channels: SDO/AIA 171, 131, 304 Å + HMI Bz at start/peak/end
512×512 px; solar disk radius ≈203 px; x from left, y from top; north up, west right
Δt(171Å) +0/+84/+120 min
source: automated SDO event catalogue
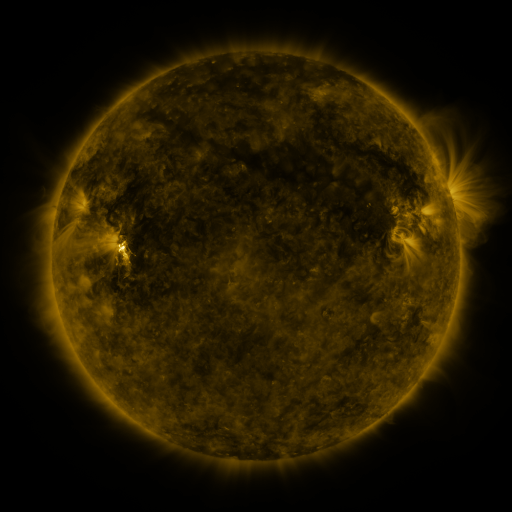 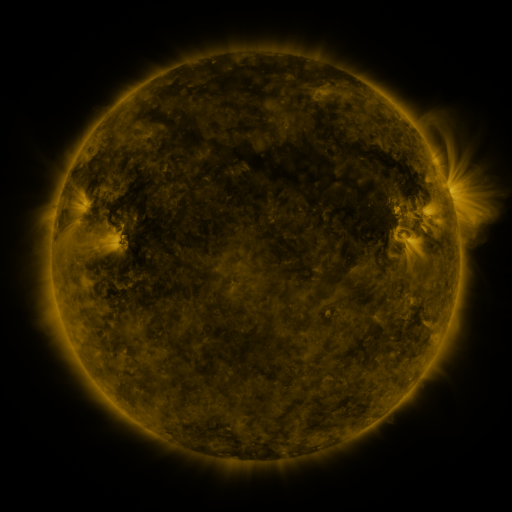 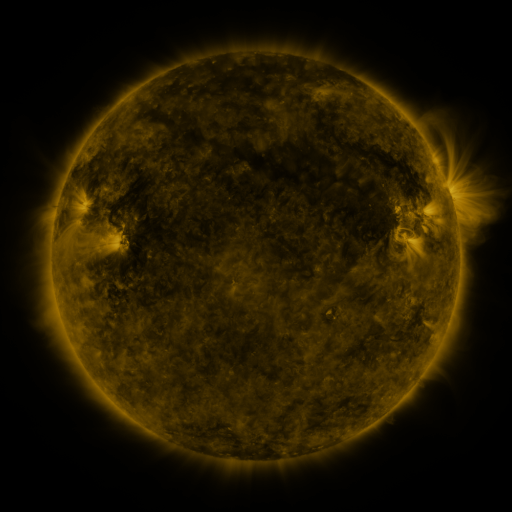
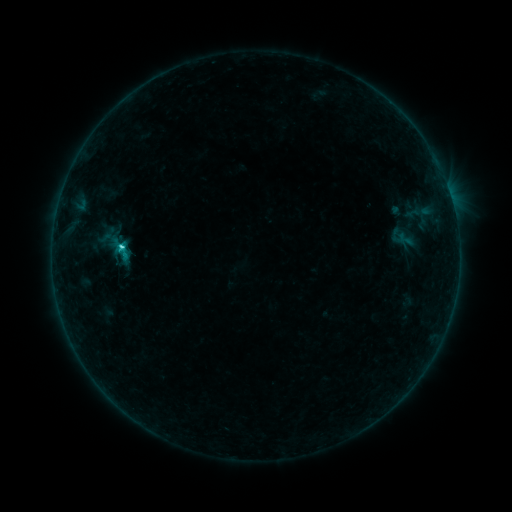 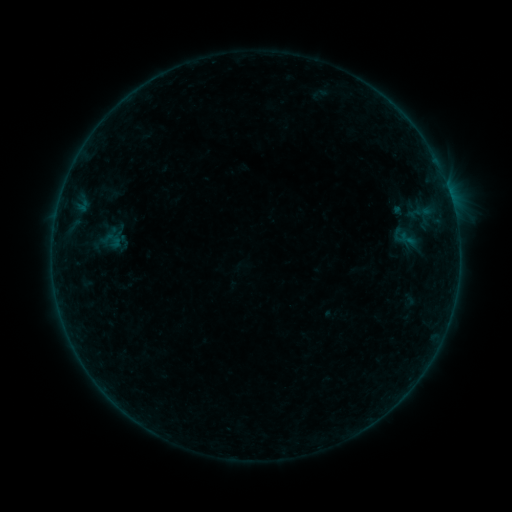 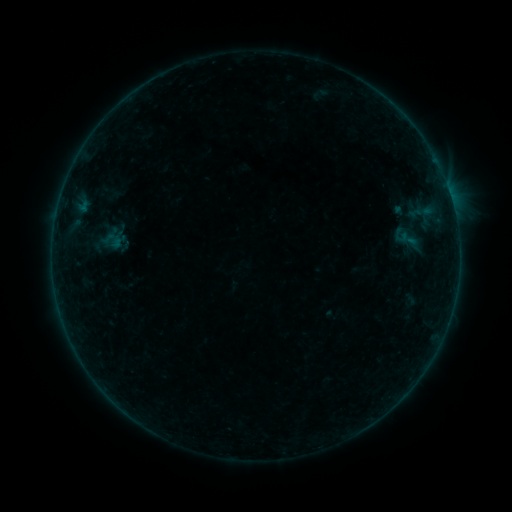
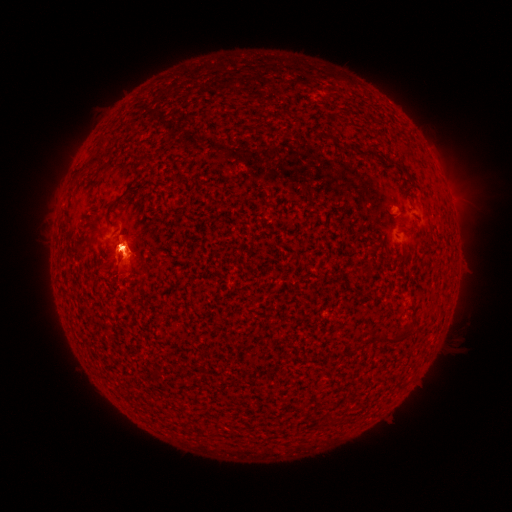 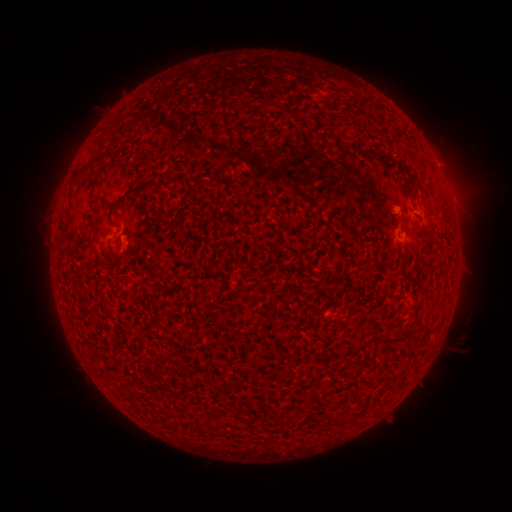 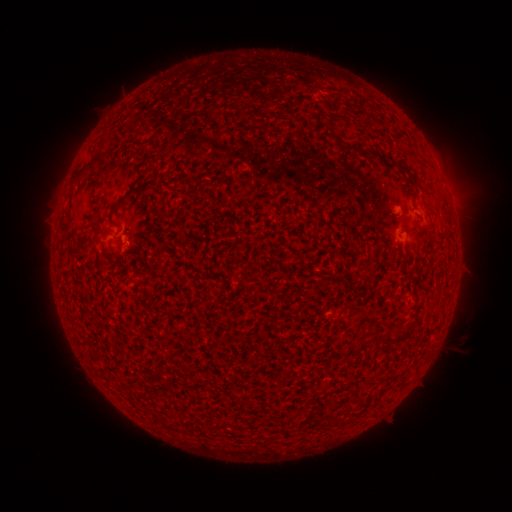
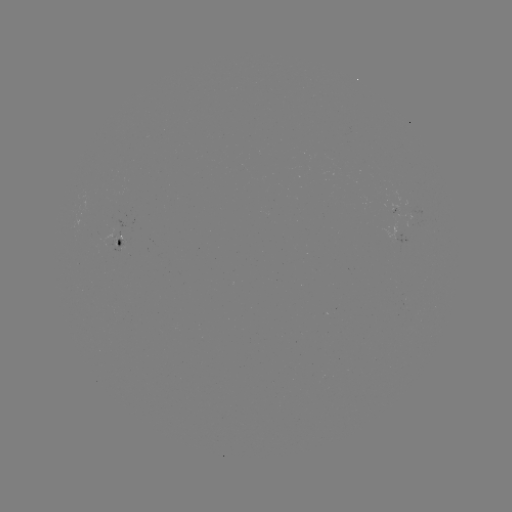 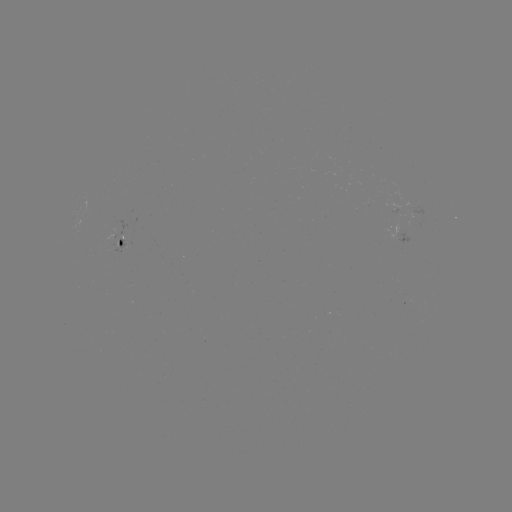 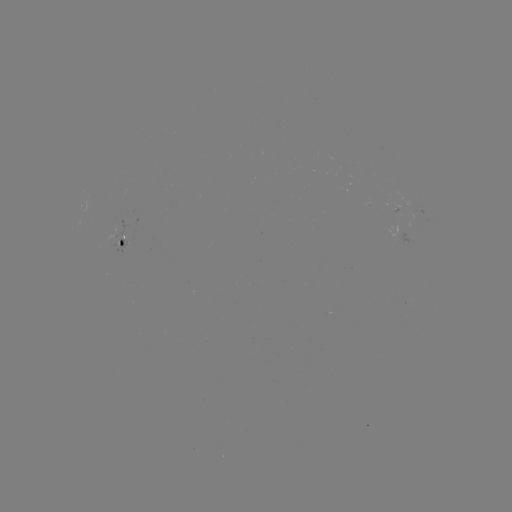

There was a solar emerging-flux region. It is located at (416, 221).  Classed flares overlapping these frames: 1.